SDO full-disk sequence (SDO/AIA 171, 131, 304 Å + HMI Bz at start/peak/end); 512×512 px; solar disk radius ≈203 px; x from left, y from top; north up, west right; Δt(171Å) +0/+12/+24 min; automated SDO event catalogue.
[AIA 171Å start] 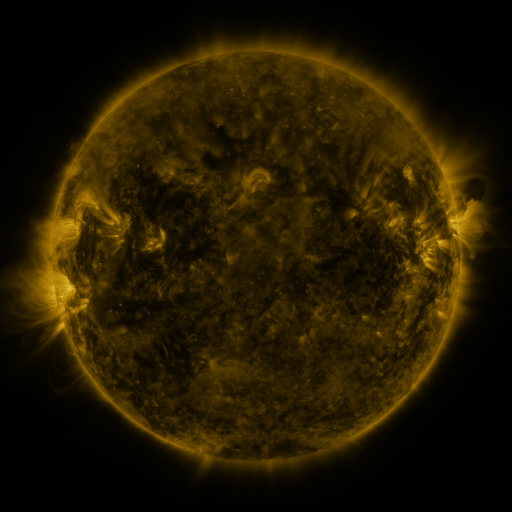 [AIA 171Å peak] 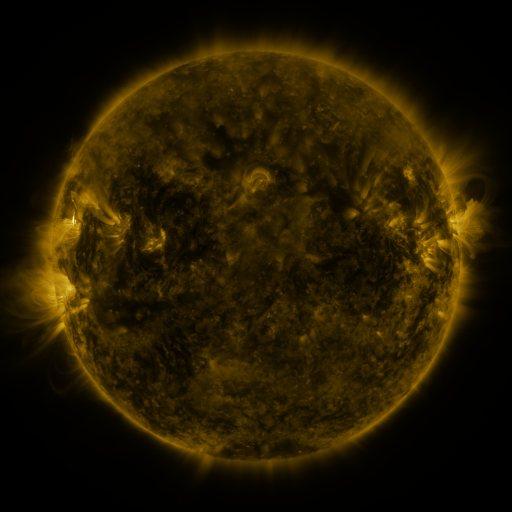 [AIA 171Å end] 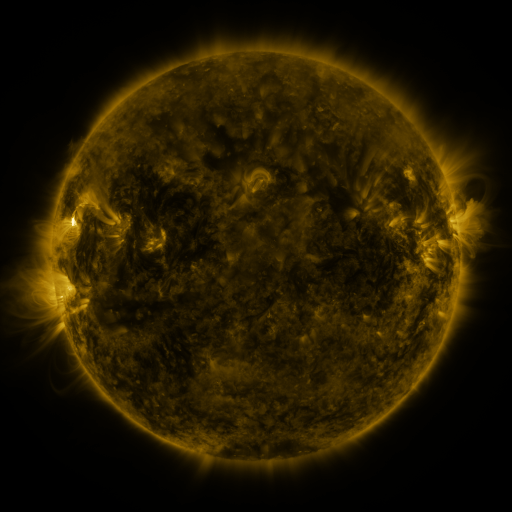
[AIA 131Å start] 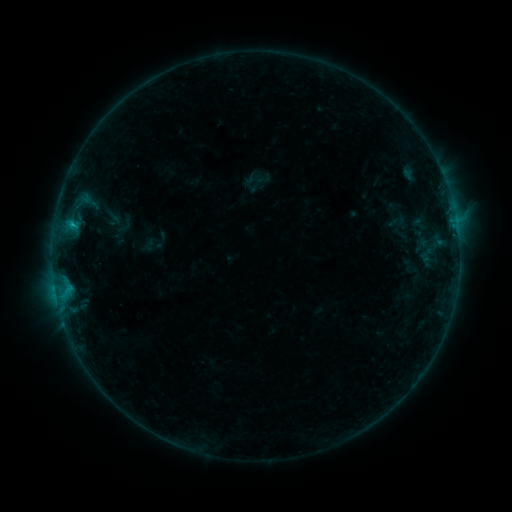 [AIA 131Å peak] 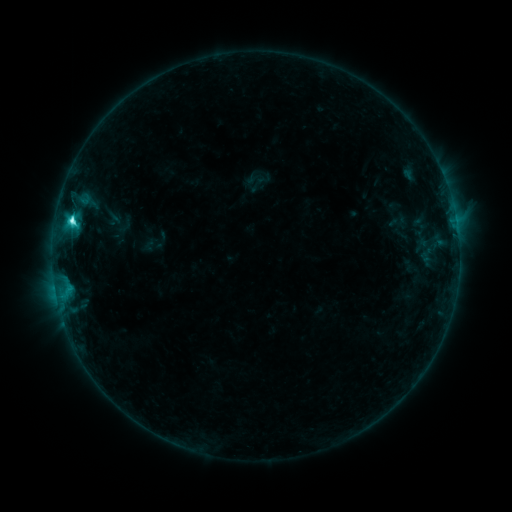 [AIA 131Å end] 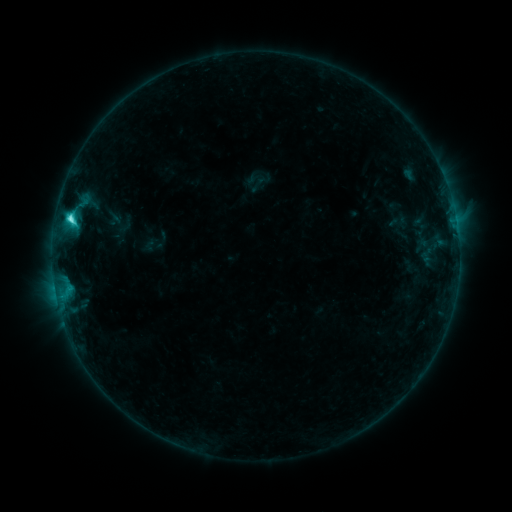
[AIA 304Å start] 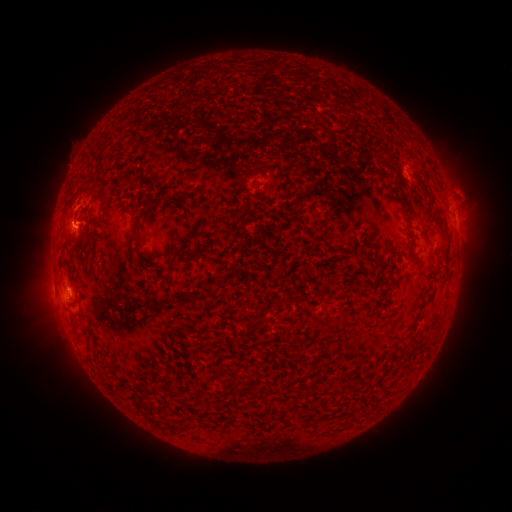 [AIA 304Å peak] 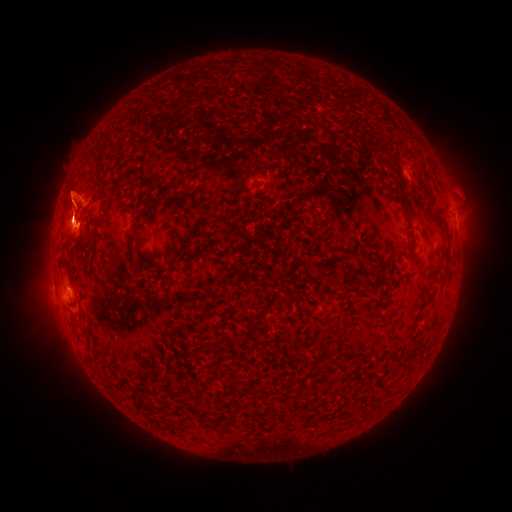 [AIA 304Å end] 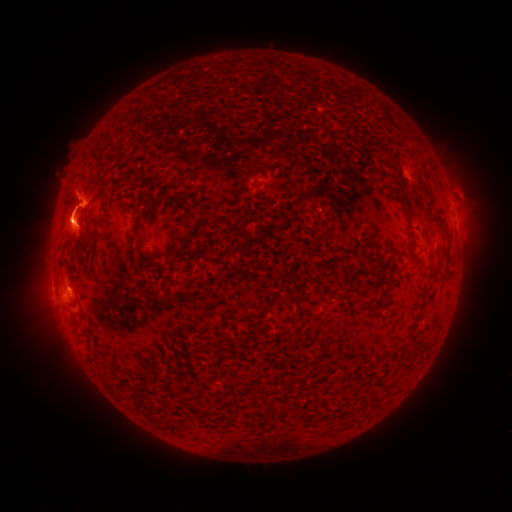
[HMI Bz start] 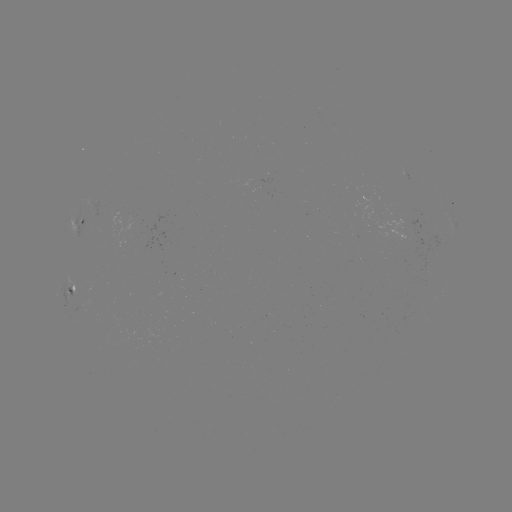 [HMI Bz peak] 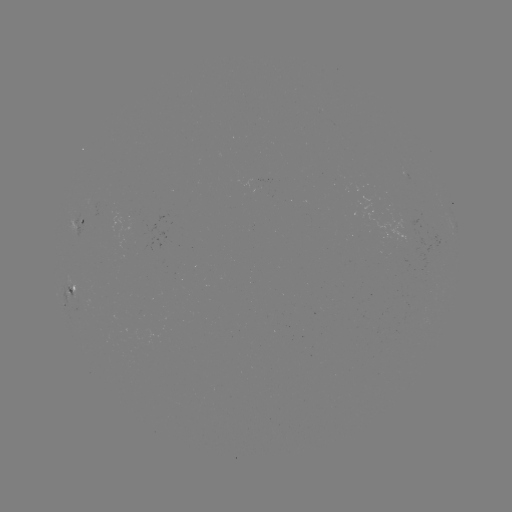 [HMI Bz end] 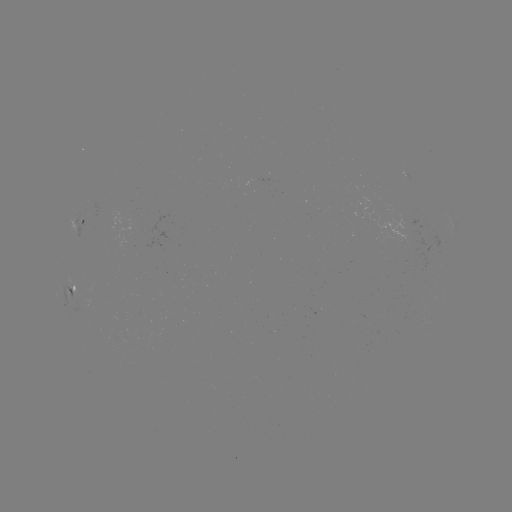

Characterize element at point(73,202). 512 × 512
eruption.